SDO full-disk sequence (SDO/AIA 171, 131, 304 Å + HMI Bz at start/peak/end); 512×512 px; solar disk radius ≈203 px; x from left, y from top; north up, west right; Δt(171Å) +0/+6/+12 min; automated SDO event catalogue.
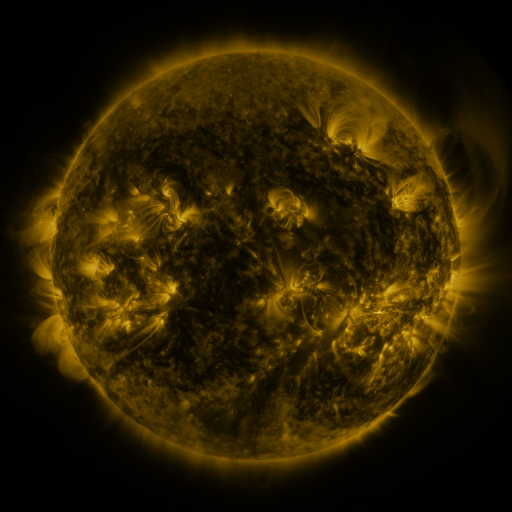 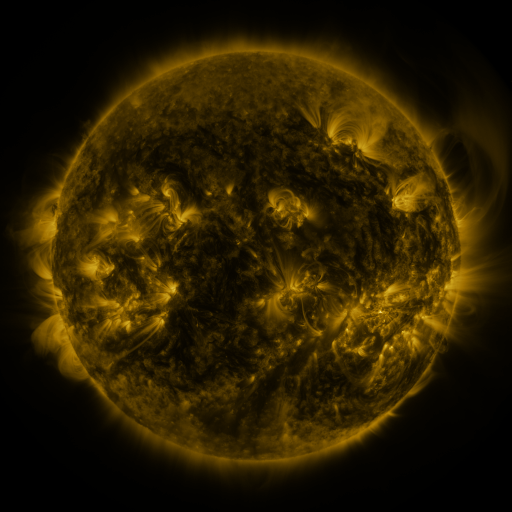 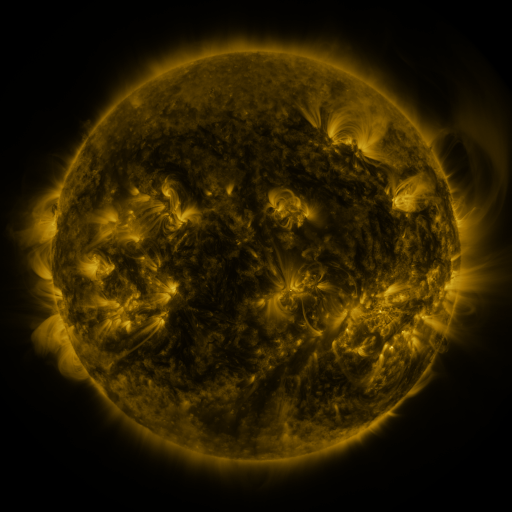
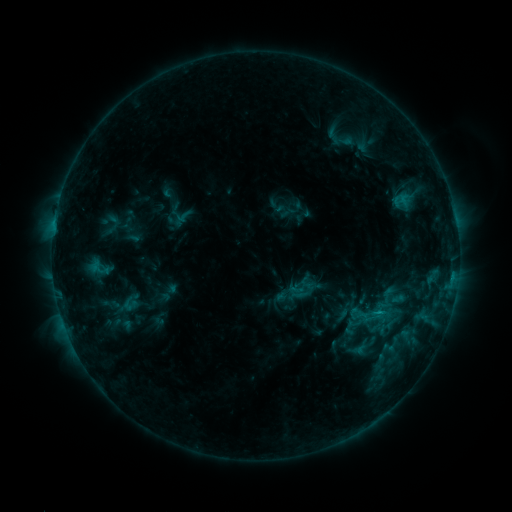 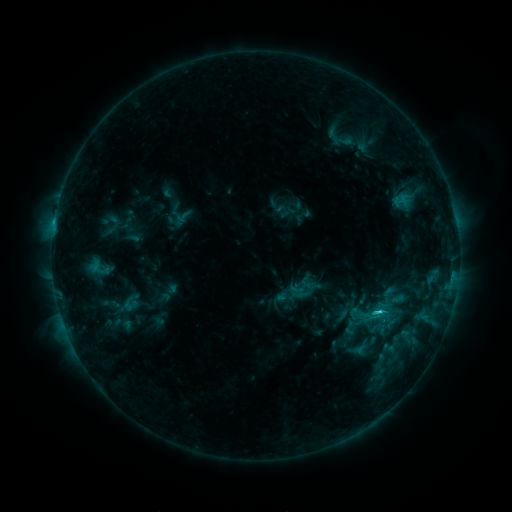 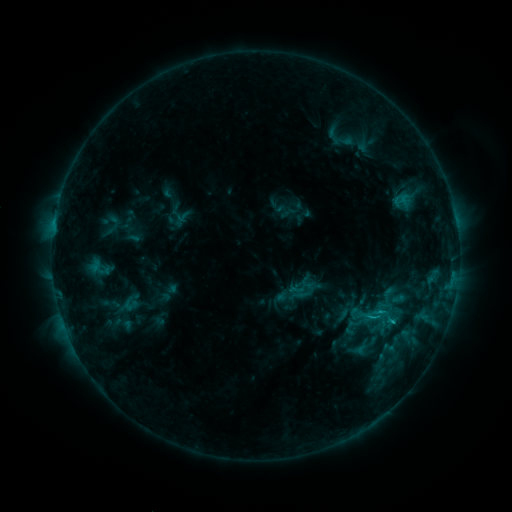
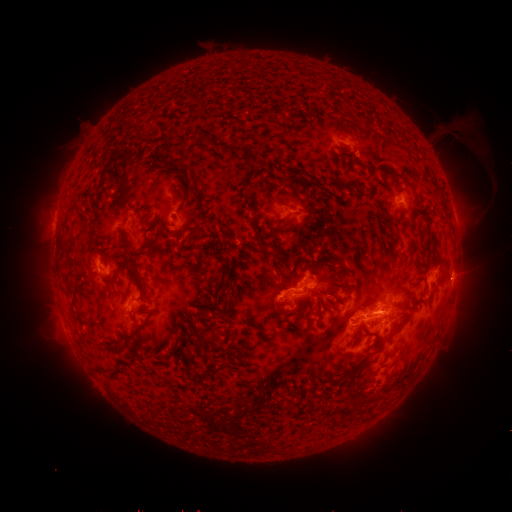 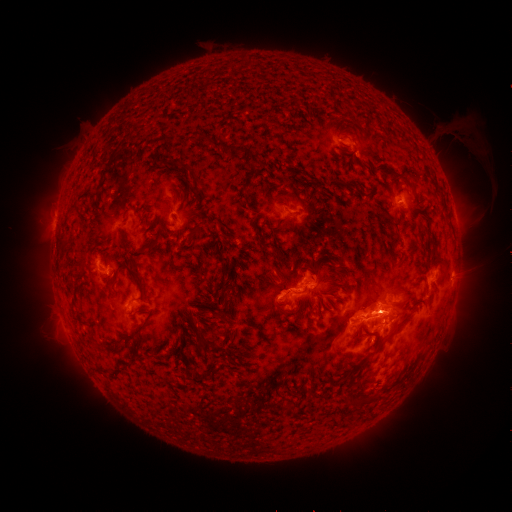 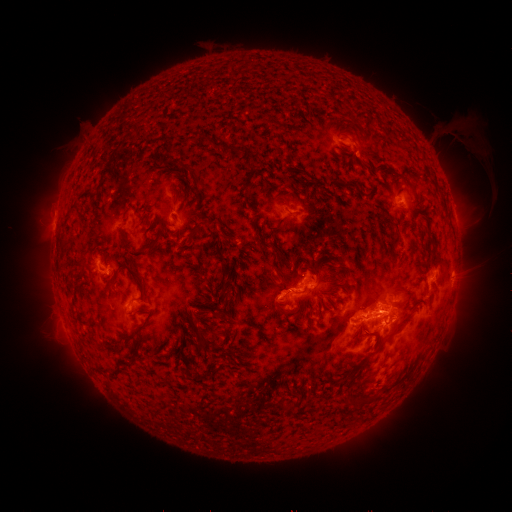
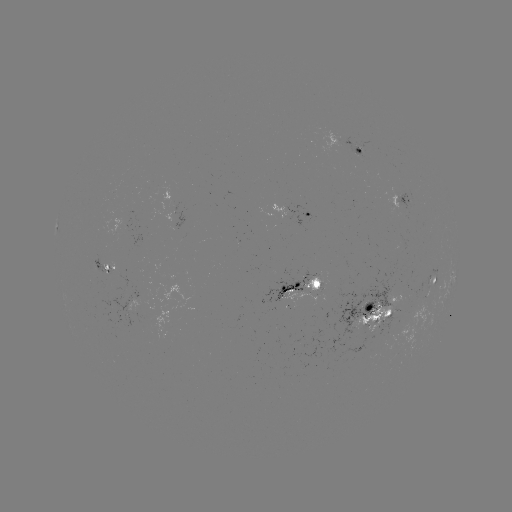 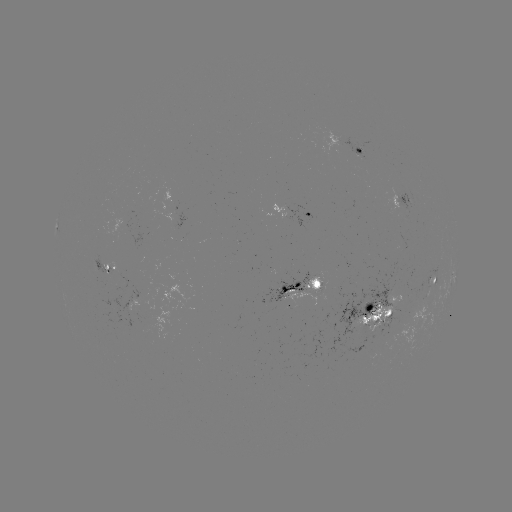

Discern C2.3 flare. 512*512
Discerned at (378, 311).